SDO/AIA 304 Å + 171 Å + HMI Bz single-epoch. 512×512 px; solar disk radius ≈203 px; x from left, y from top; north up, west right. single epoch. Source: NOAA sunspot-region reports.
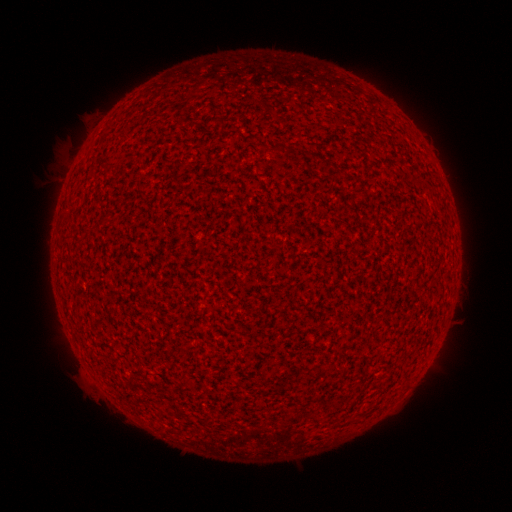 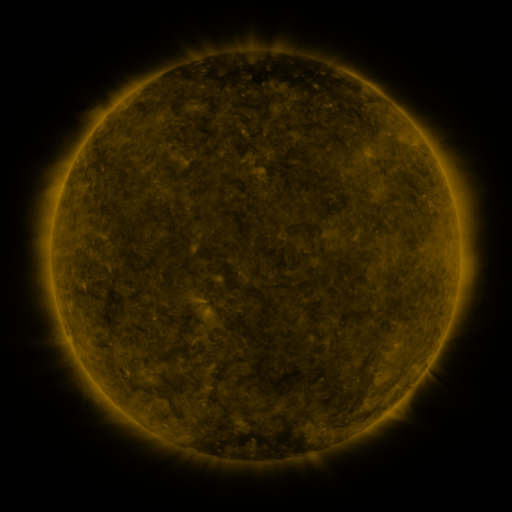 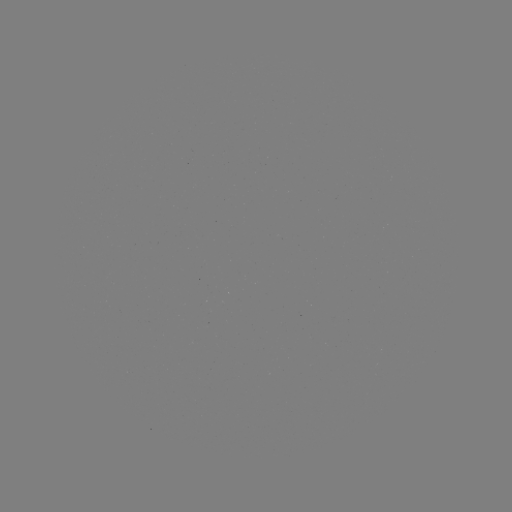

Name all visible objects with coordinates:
(none)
